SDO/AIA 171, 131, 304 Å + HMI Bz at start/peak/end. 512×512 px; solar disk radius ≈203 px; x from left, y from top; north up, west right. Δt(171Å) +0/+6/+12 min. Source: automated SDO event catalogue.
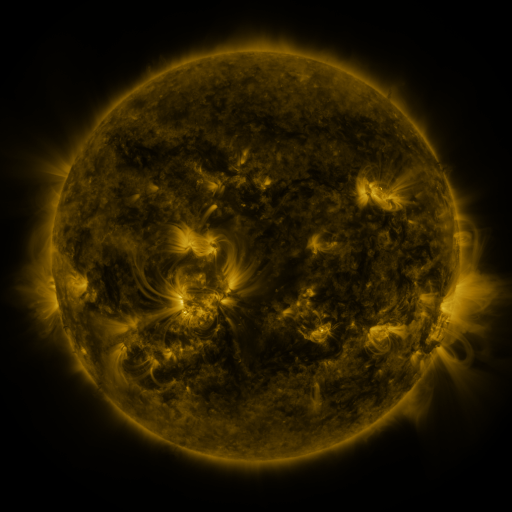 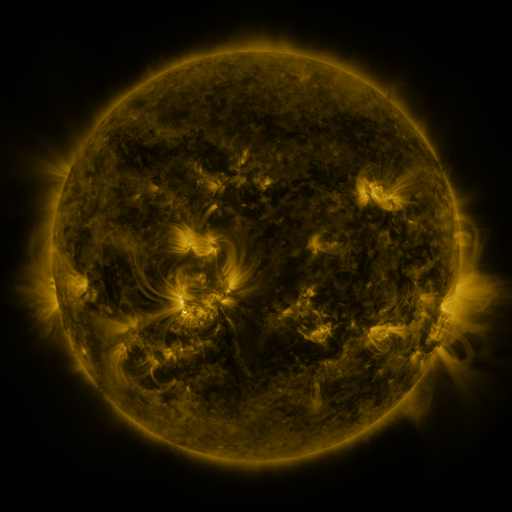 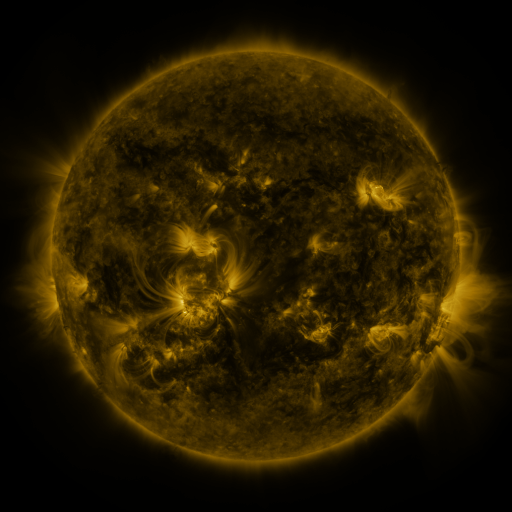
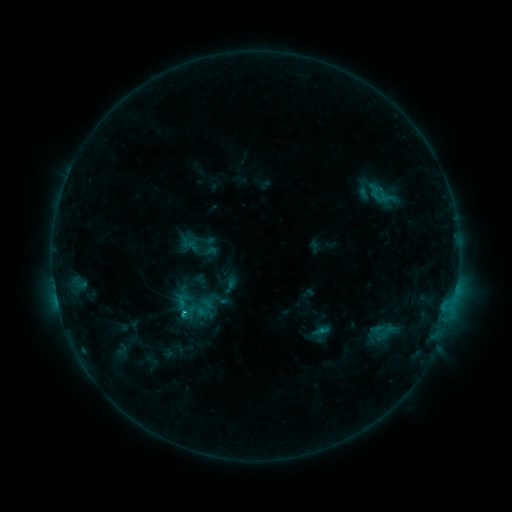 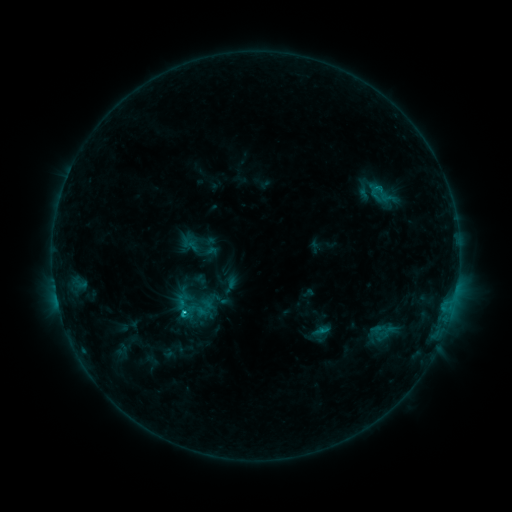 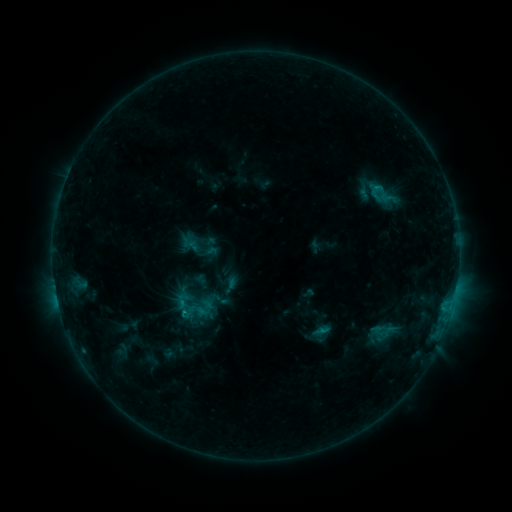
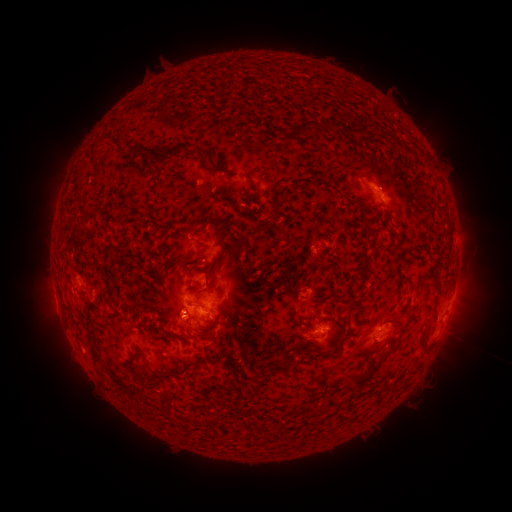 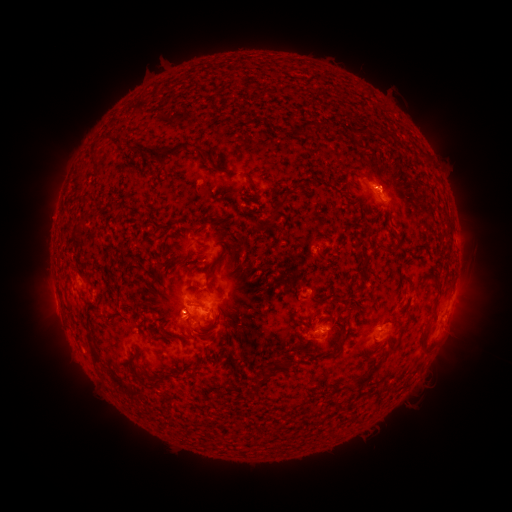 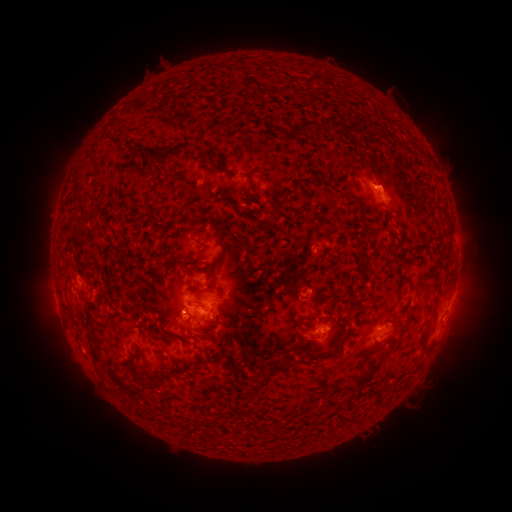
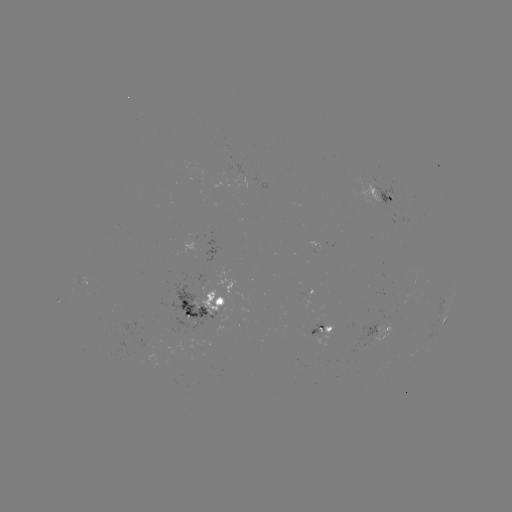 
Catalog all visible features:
C1.3 flare: (377, 189)
